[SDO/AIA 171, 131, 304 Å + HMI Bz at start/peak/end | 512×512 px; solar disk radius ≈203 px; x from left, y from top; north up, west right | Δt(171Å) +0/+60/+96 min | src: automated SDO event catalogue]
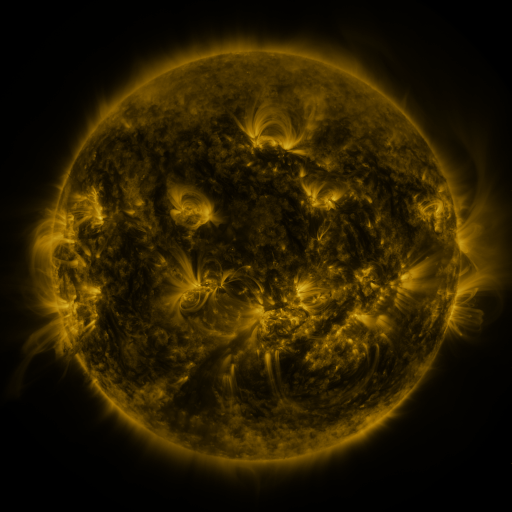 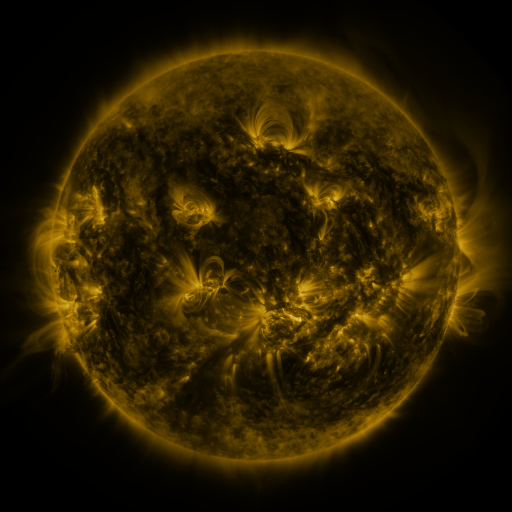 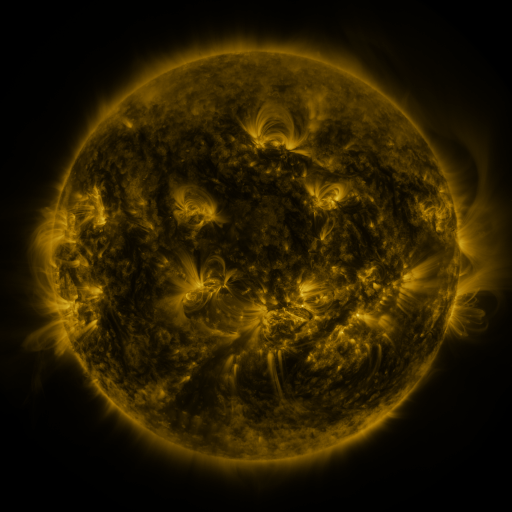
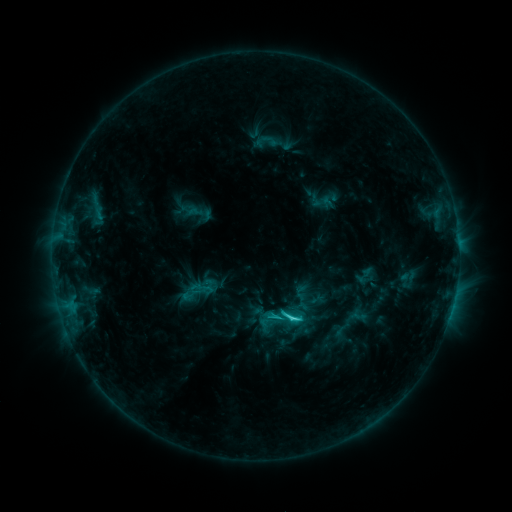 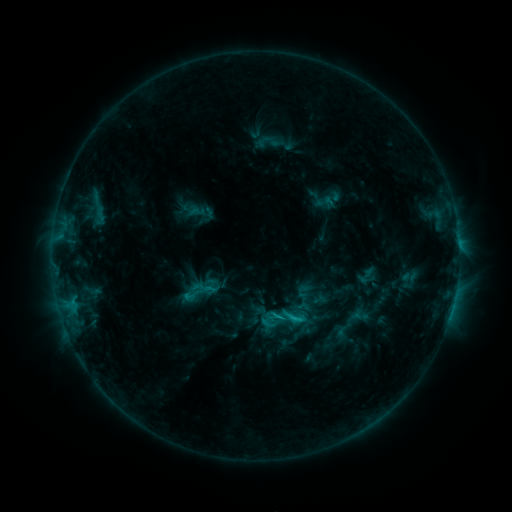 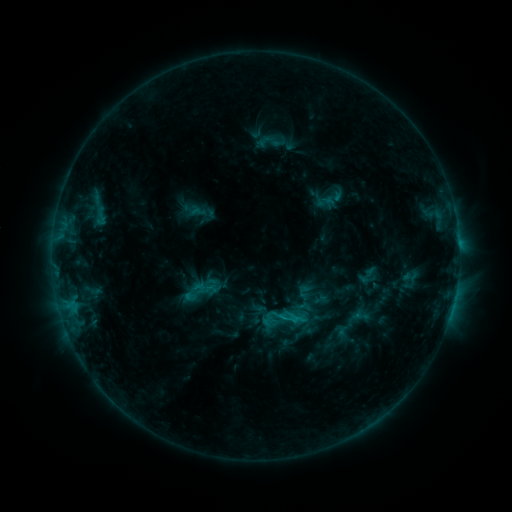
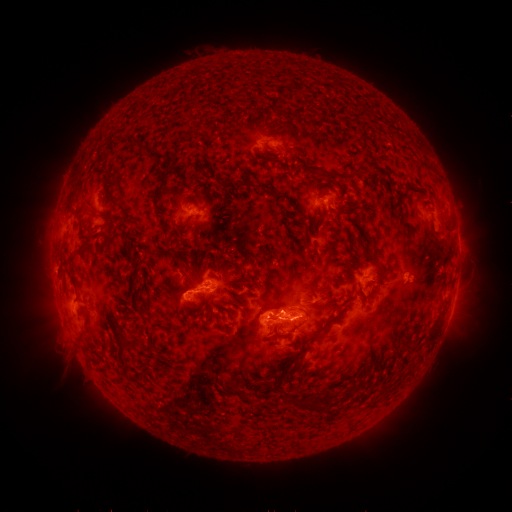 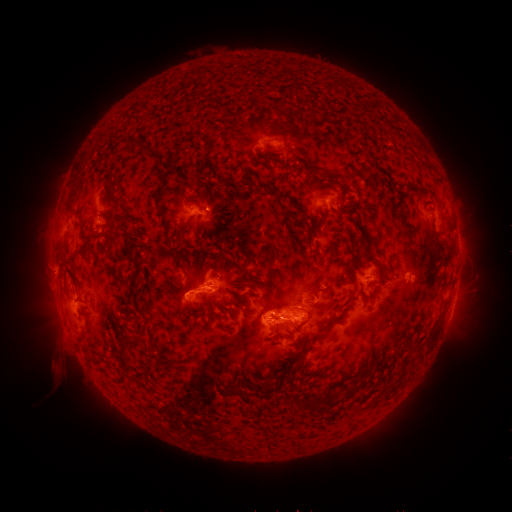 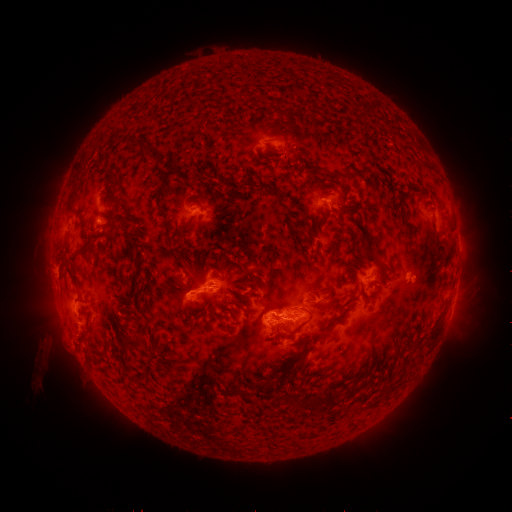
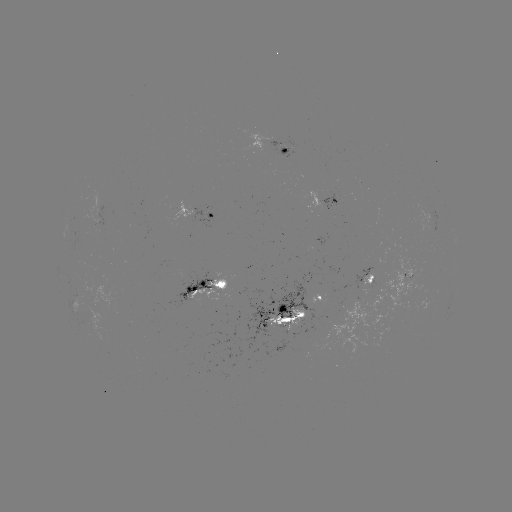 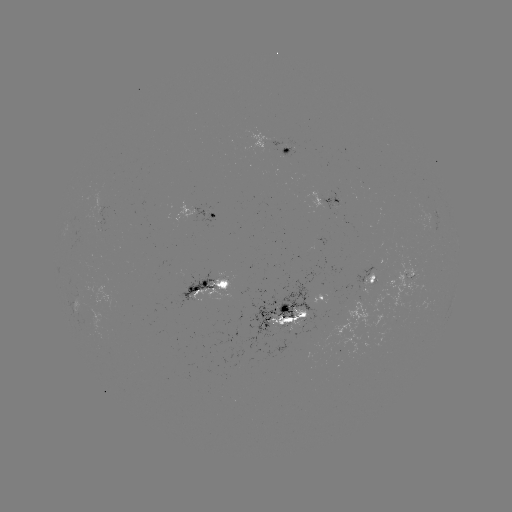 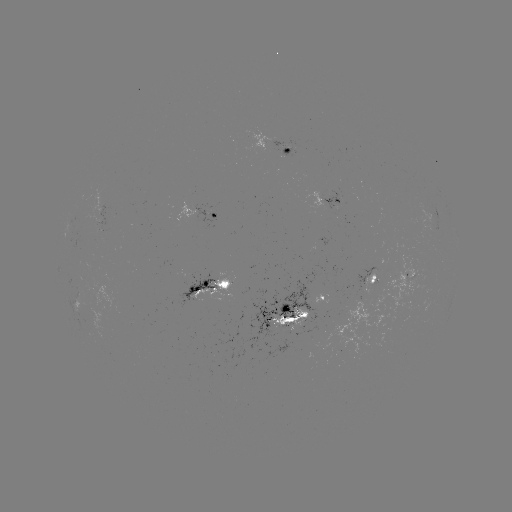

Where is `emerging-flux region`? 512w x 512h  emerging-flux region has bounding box [270, 312, 304, 336].